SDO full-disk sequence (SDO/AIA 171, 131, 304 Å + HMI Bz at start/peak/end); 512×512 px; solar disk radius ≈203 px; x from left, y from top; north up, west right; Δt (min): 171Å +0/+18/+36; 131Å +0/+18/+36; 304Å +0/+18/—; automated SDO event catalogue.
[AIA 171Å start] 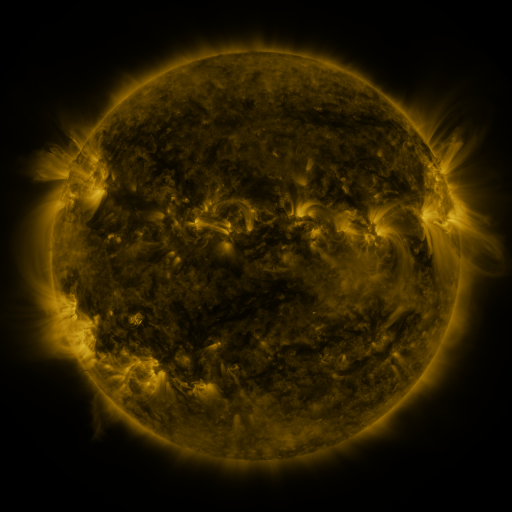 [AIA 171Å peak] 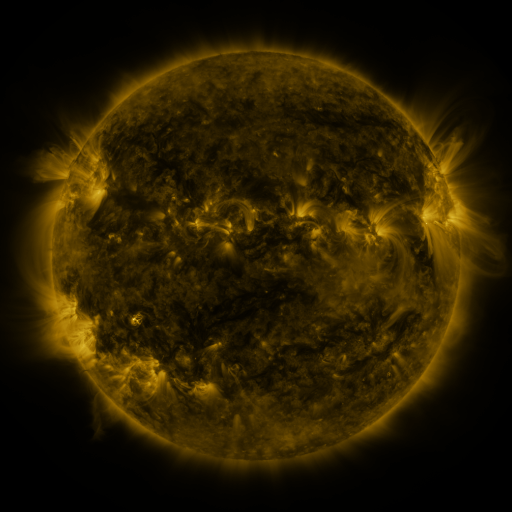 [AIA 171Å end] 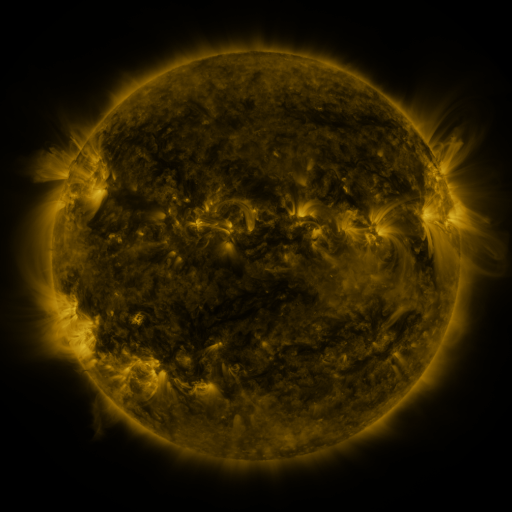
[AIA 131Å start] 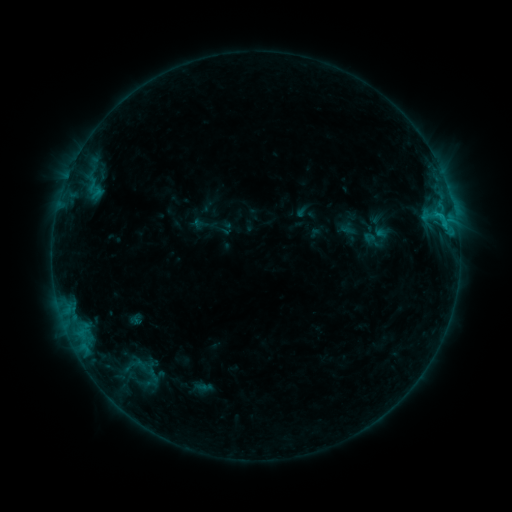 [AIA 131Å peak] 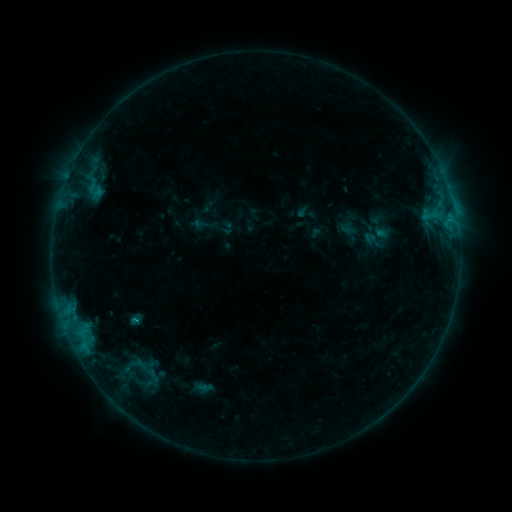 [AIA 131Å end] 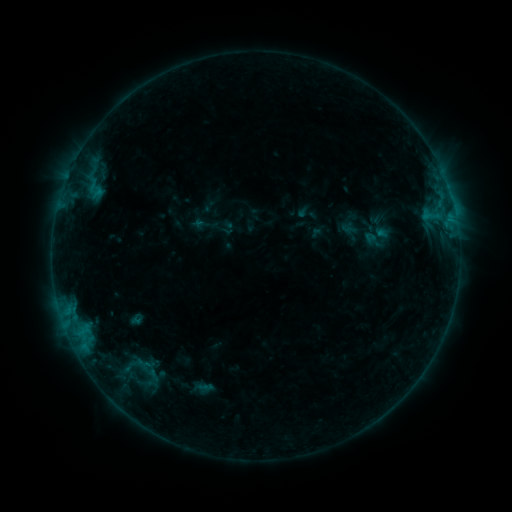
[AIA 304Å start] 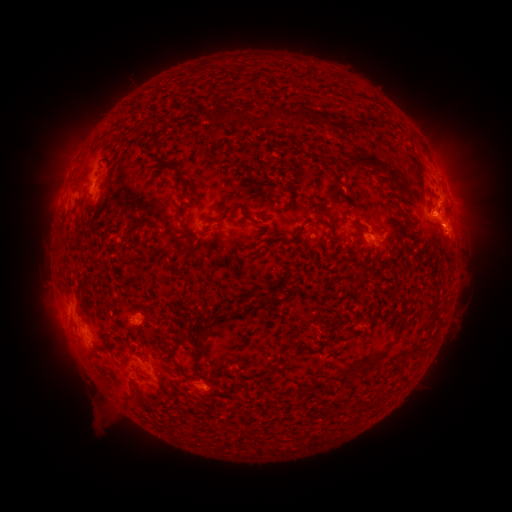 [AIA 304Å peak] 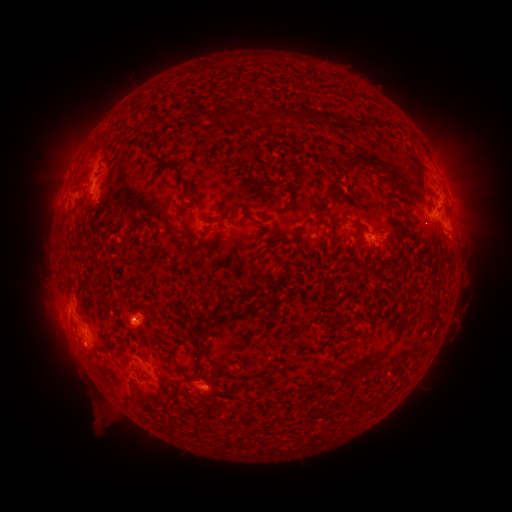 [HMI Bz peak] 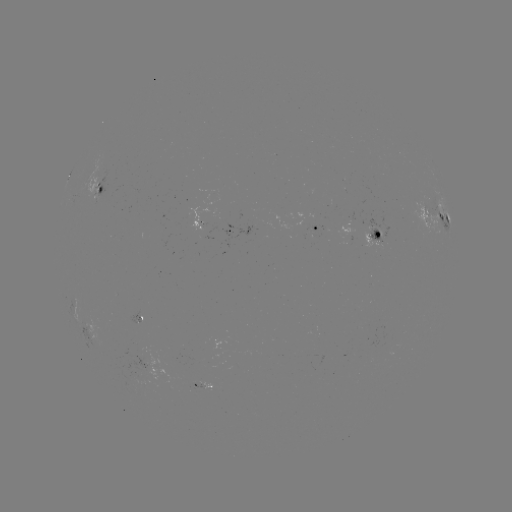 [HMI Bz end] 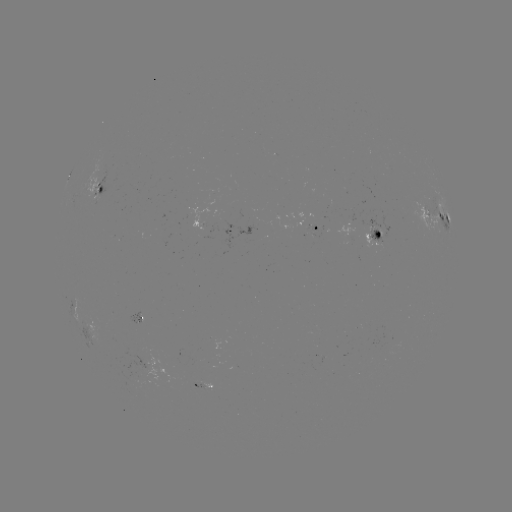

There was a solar flare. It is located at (136, 319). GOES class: B7.3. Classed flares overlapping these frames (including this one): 2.